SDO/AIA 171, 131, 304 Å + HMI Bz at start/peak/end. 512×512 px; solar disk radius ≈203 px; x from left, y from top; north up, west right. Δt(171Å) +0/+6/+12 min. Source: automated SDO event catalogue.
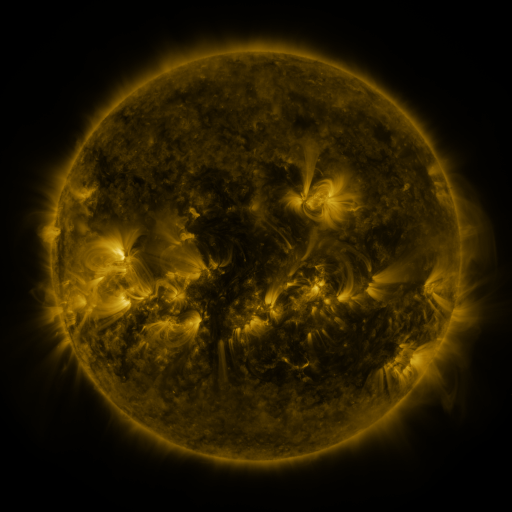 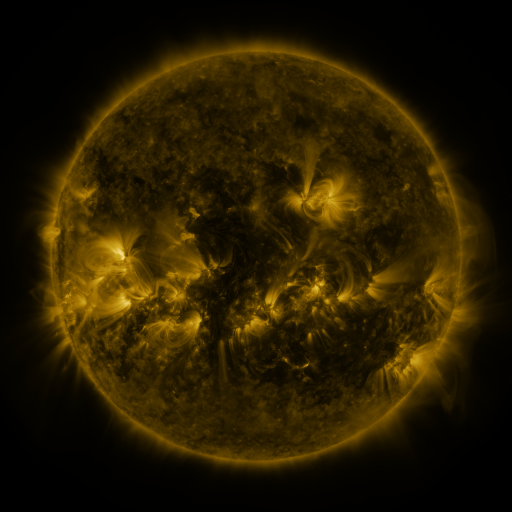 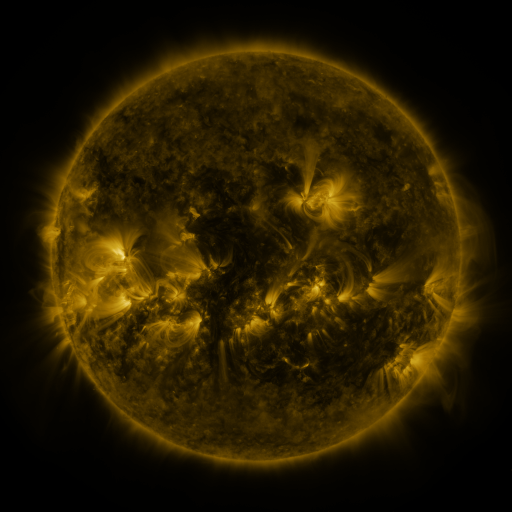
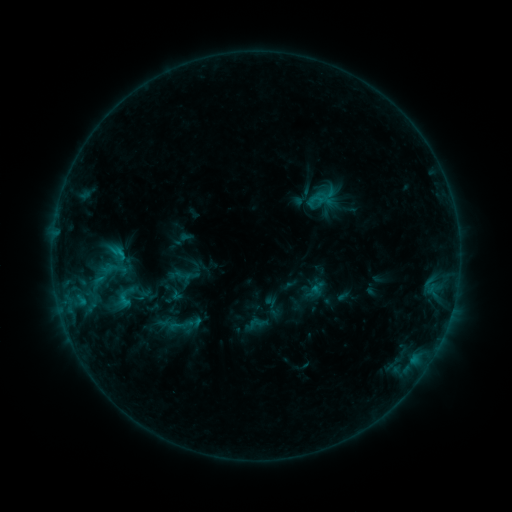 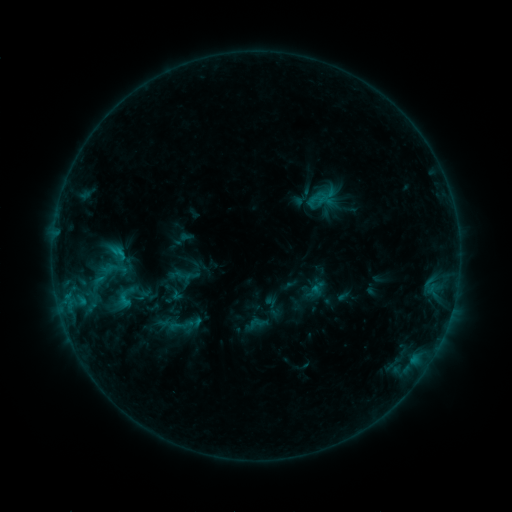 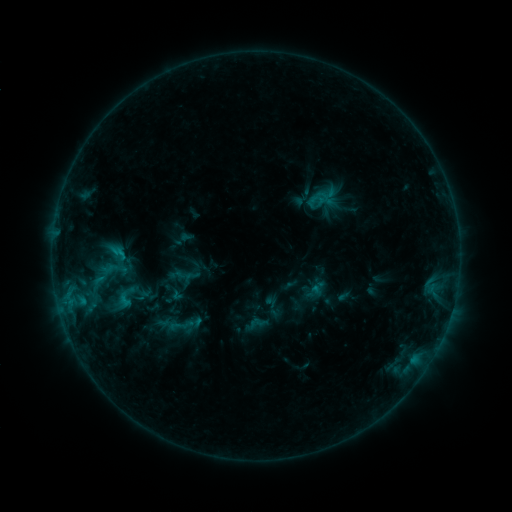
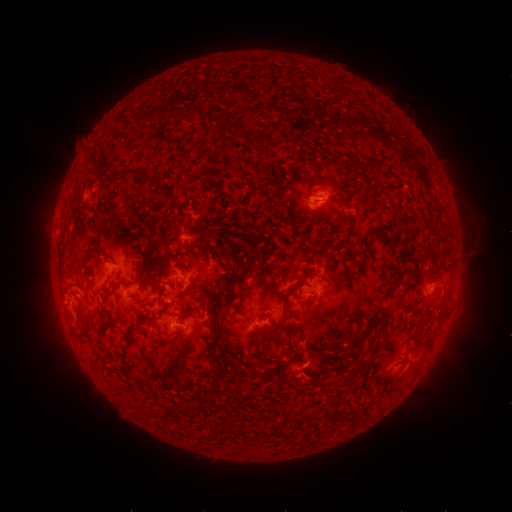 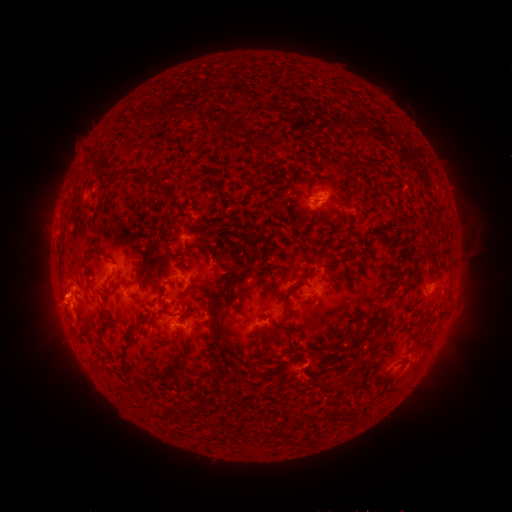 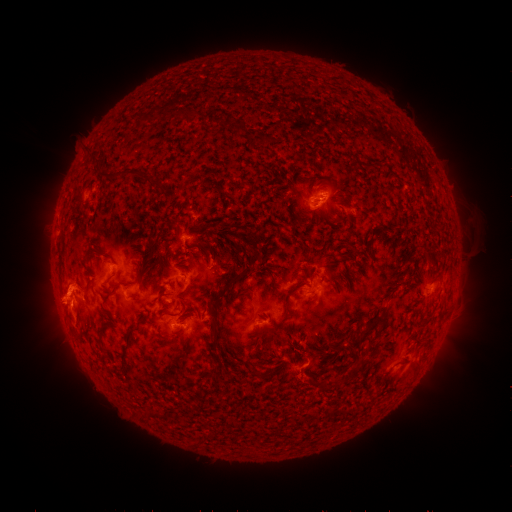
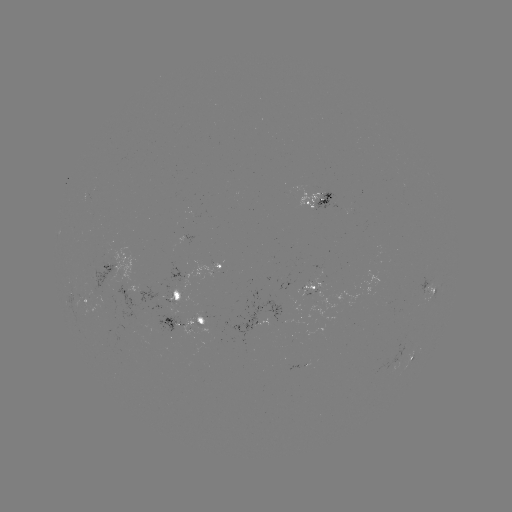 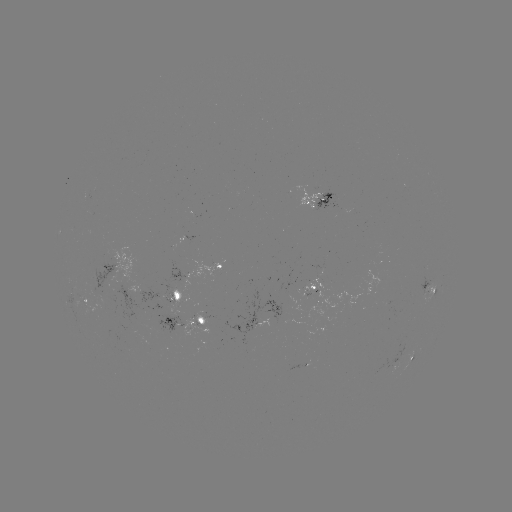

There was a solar eruption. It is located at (52, 297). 